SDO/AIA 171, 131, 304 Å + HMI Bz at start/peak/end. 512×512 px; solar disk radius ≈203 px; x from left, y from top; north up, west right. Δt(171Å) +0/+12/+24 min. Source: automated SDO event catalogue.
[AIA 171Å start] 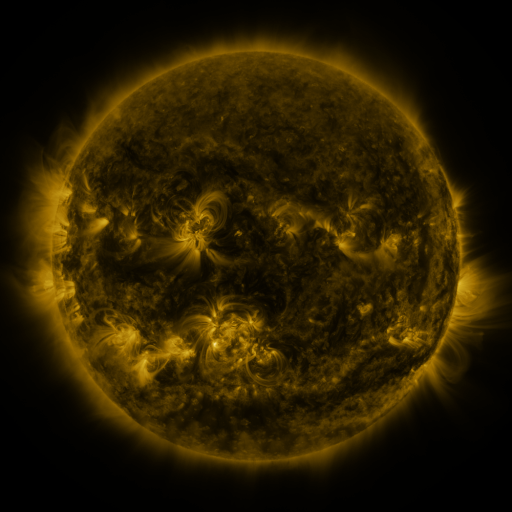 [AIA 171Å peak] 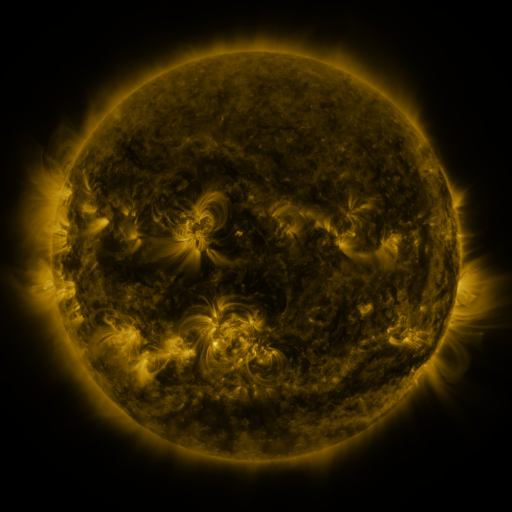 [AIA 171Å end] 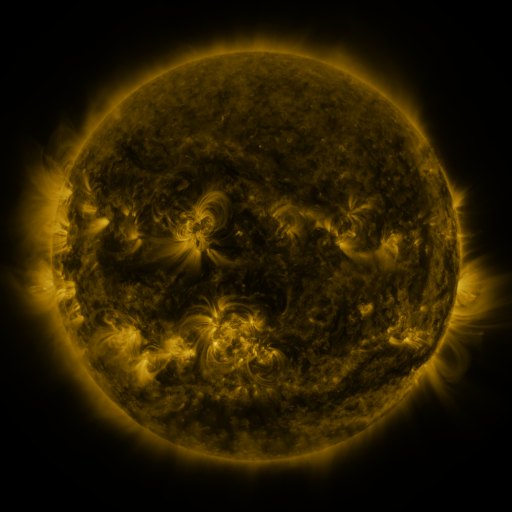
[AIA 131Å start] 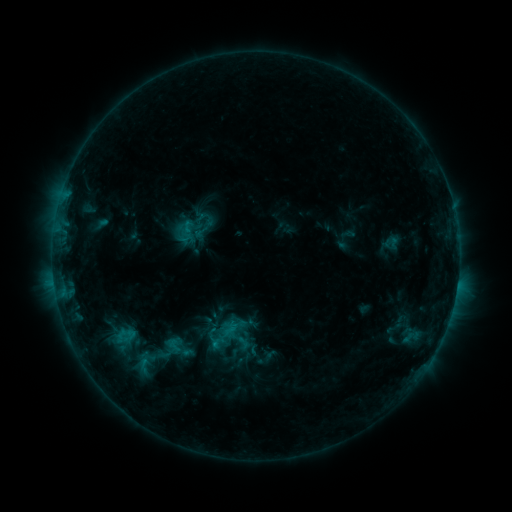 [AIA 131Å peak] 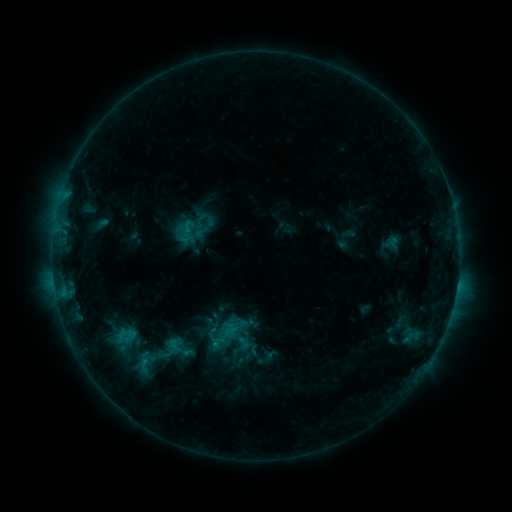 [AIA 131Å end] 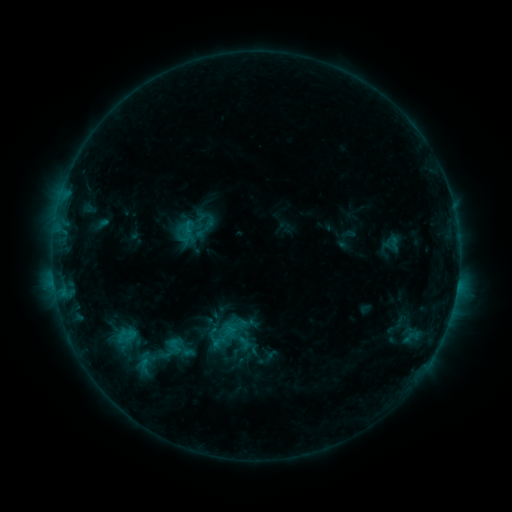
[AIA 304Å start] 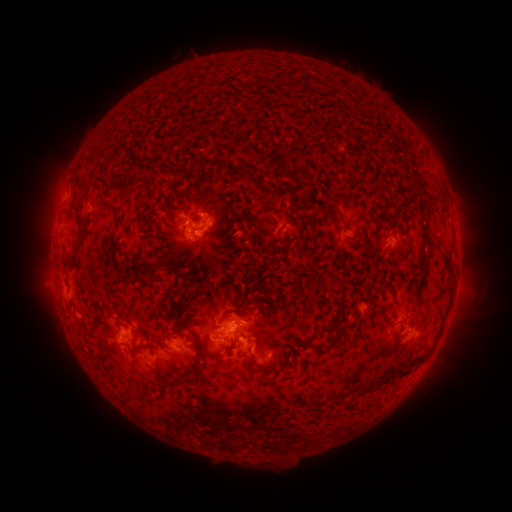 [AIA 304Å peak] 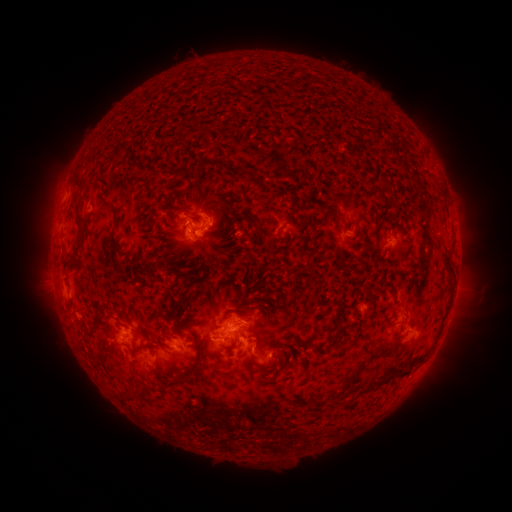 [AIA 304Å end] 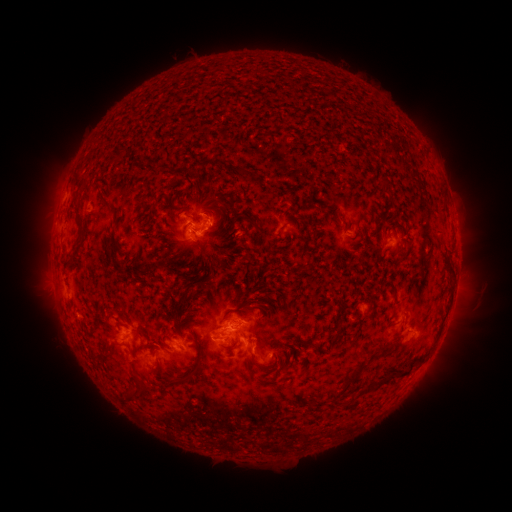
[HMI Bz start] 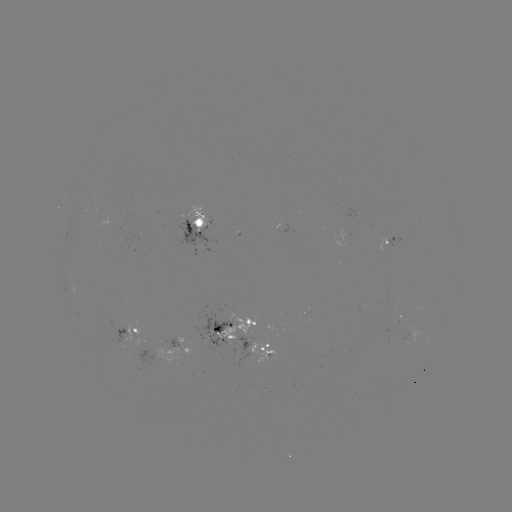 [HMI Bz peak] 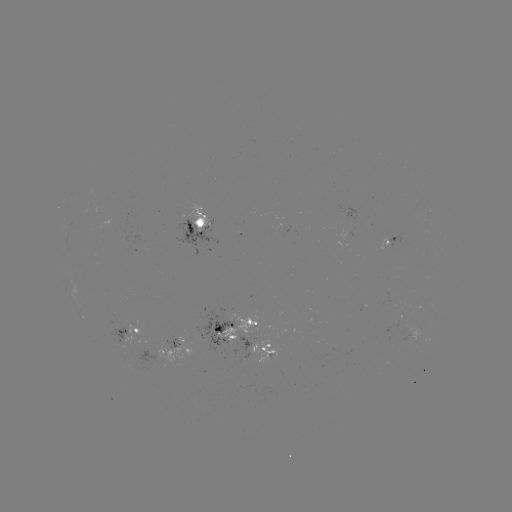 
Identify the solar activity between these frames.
no catalogued flare and no flagged EUV brightening in this window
